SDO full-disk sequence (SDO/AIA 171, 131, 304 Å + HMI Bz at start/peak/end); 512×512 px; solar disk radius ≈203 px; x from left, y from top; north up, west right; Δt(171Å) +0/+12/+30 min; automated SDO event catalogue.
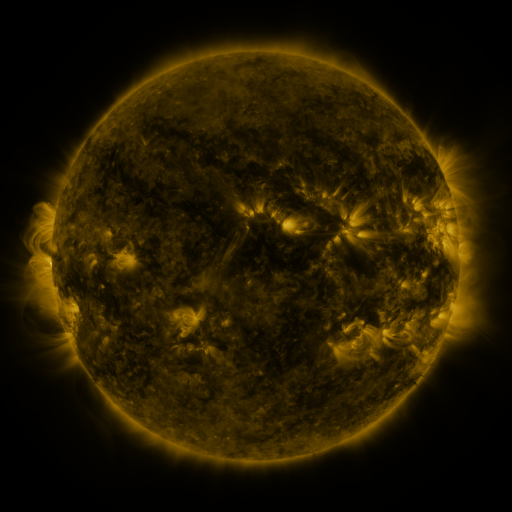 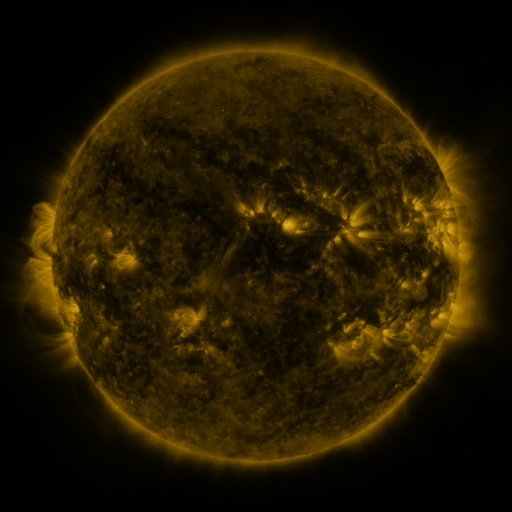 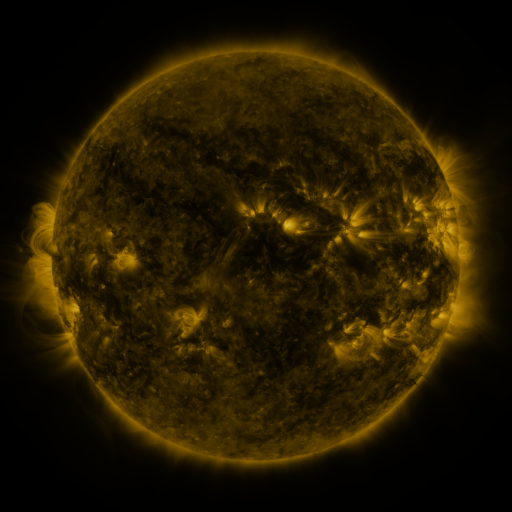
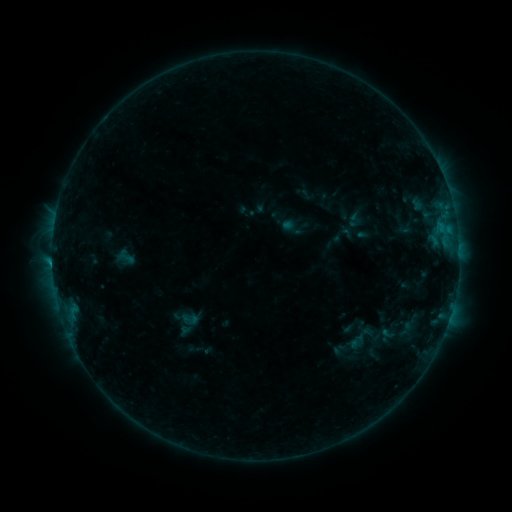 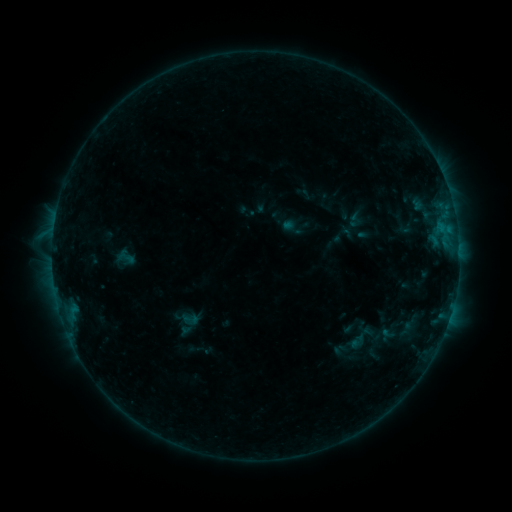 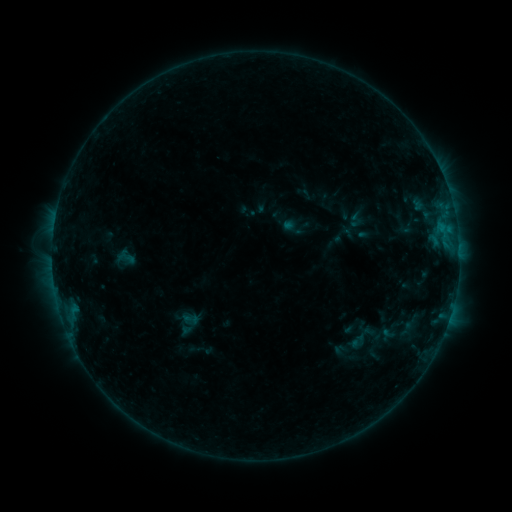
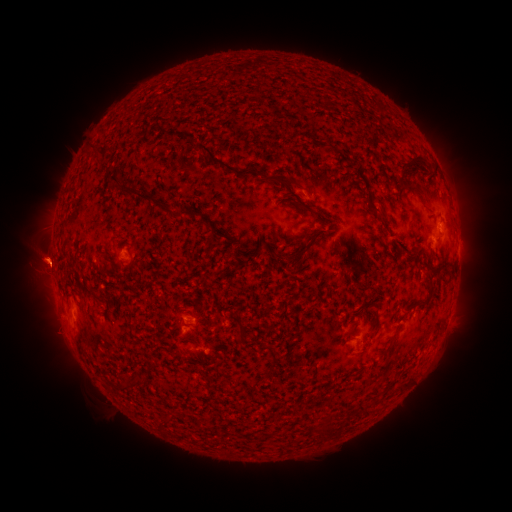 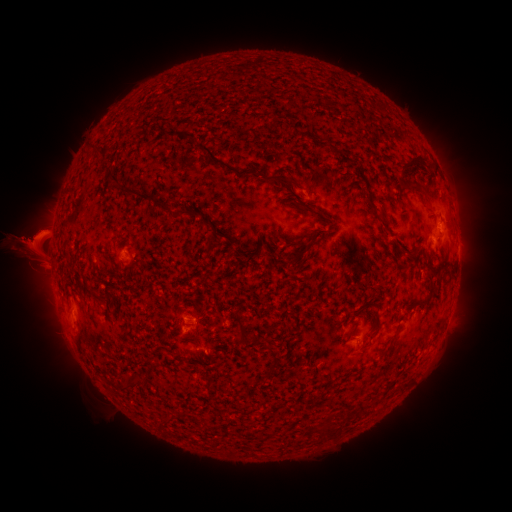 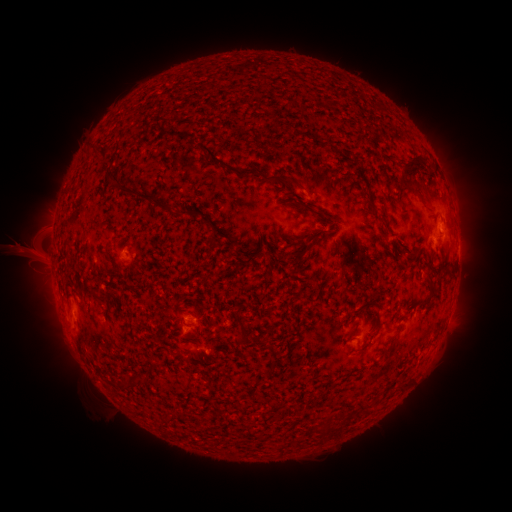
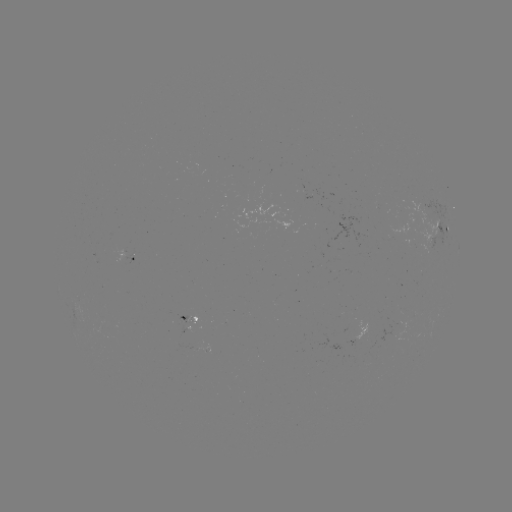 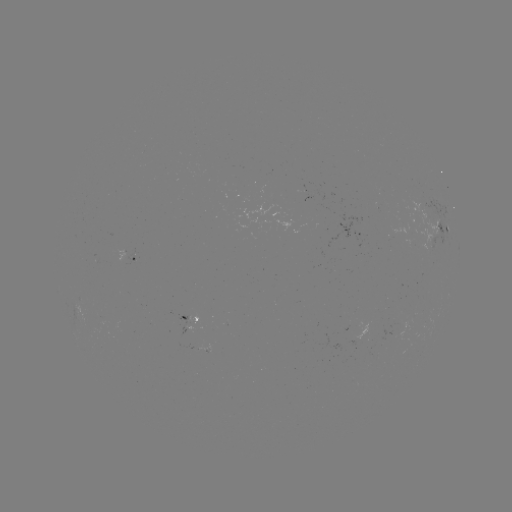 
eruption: [0, 173, 104, 361]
